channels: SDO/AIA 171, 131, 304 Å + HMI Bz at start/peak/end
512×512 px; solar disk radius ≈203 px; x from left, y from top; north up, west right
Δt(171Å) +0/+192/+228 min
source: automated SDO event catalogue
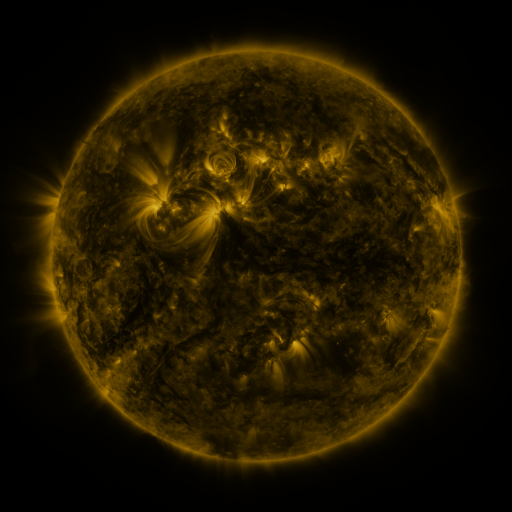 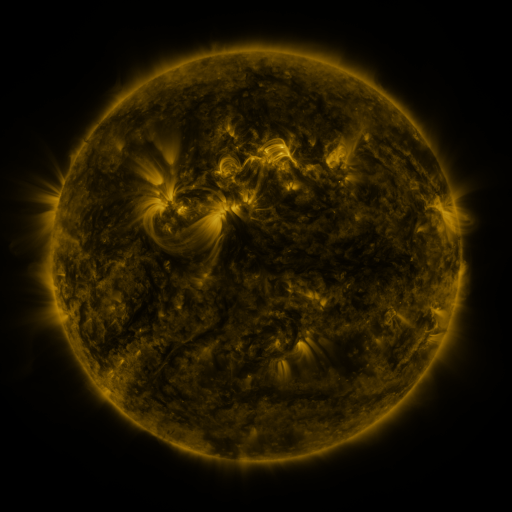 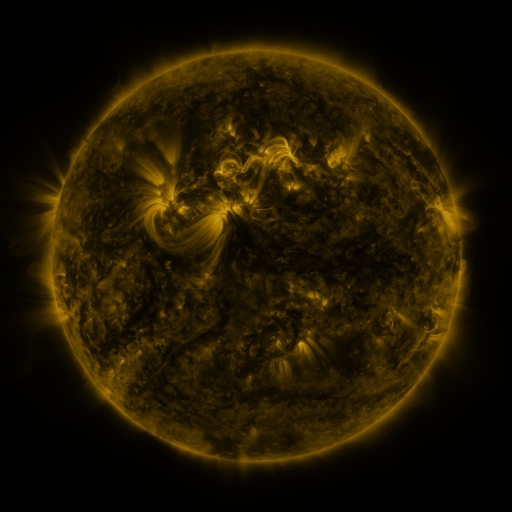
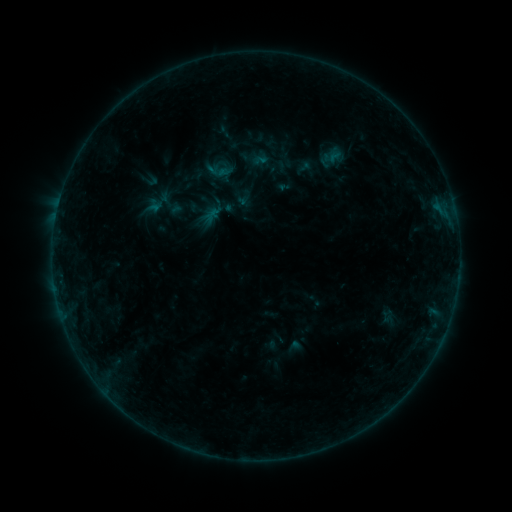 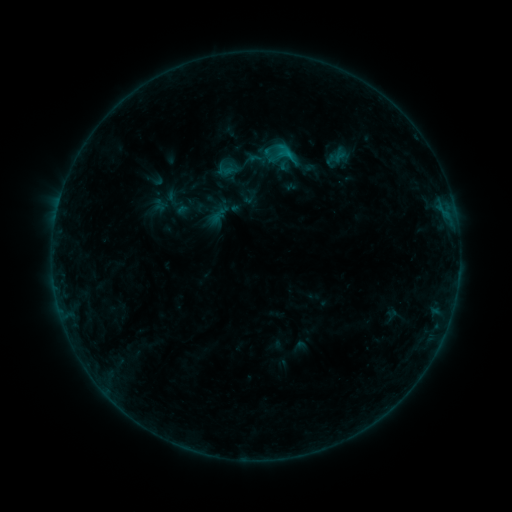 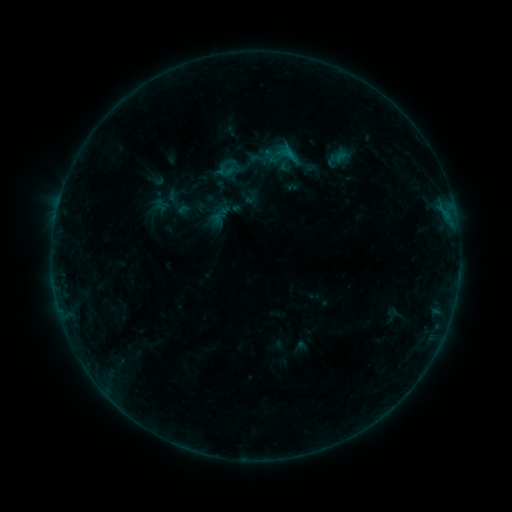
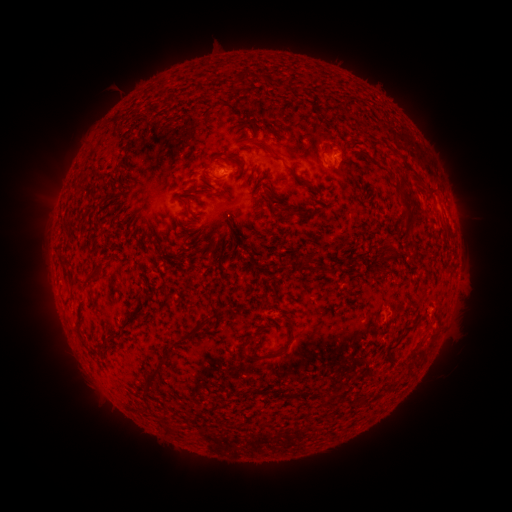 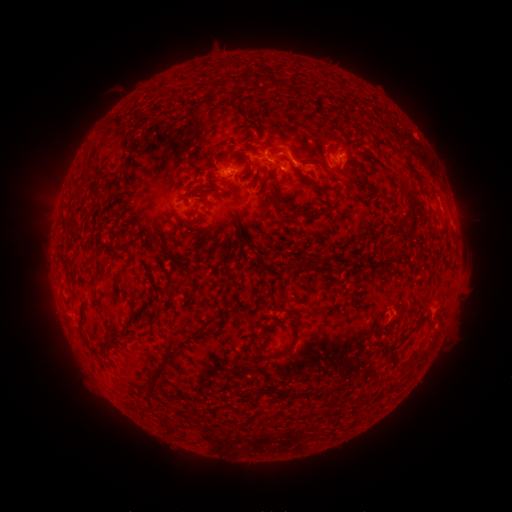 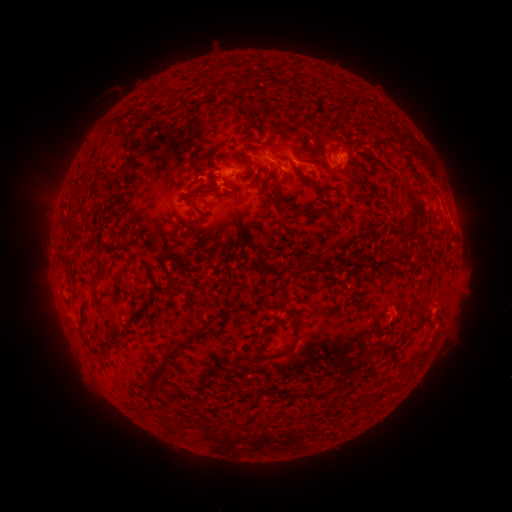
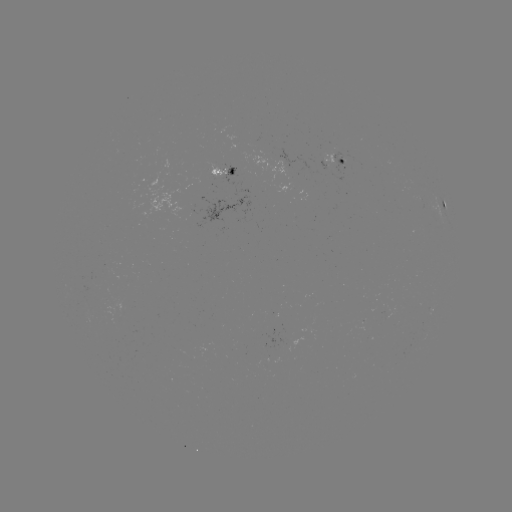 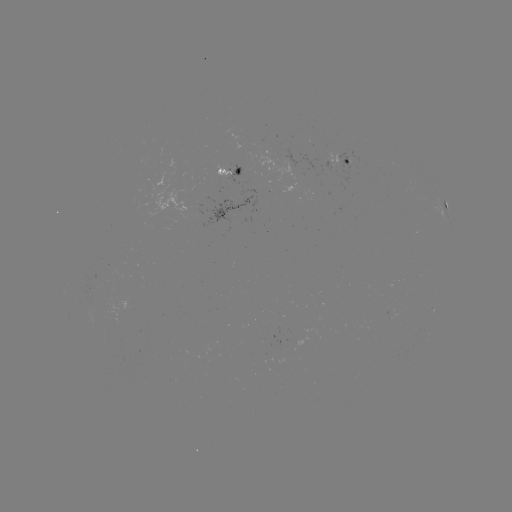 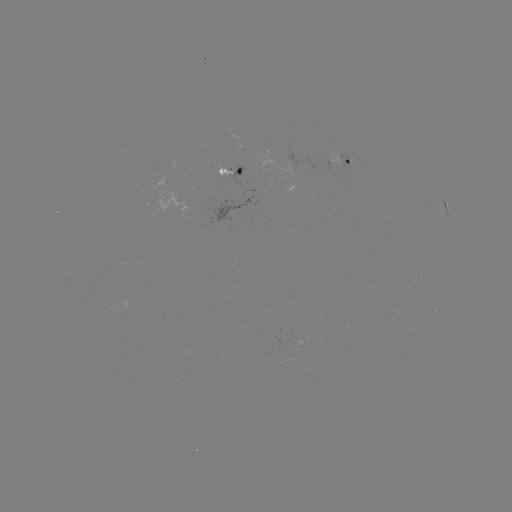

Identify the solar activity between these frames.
emerging-flux region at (226, 170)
